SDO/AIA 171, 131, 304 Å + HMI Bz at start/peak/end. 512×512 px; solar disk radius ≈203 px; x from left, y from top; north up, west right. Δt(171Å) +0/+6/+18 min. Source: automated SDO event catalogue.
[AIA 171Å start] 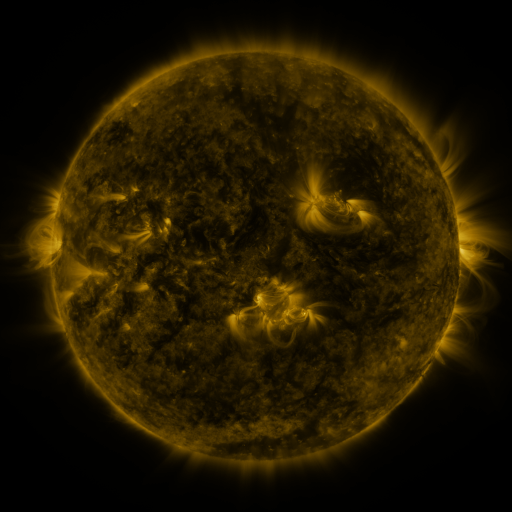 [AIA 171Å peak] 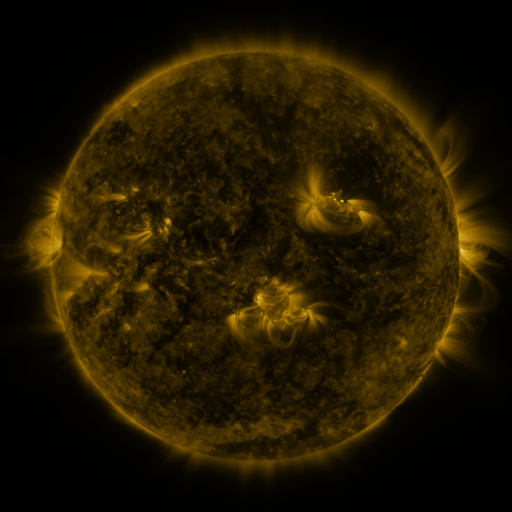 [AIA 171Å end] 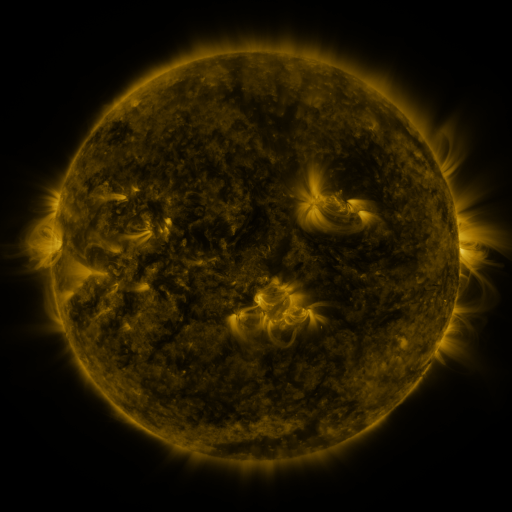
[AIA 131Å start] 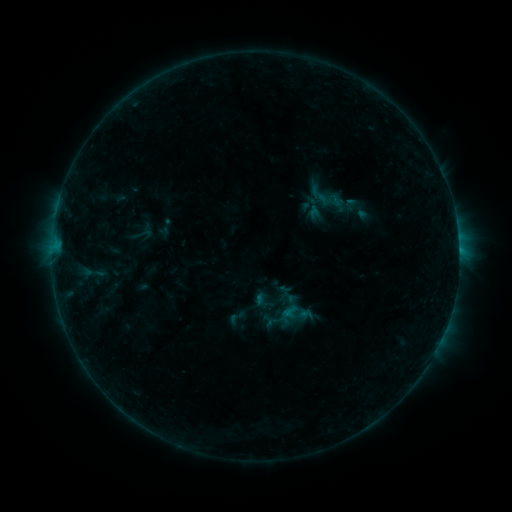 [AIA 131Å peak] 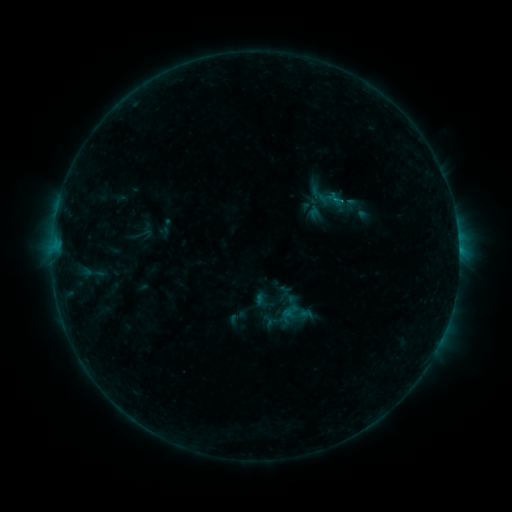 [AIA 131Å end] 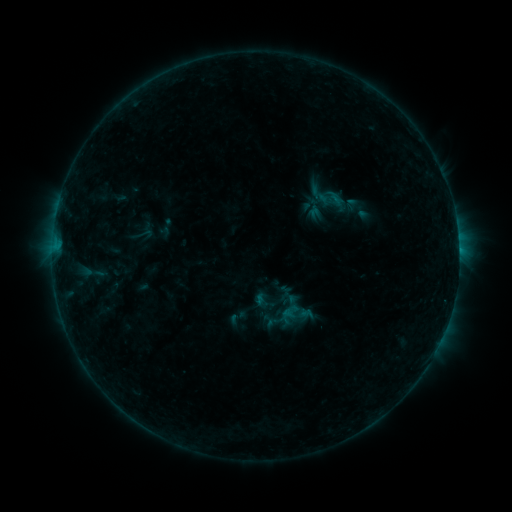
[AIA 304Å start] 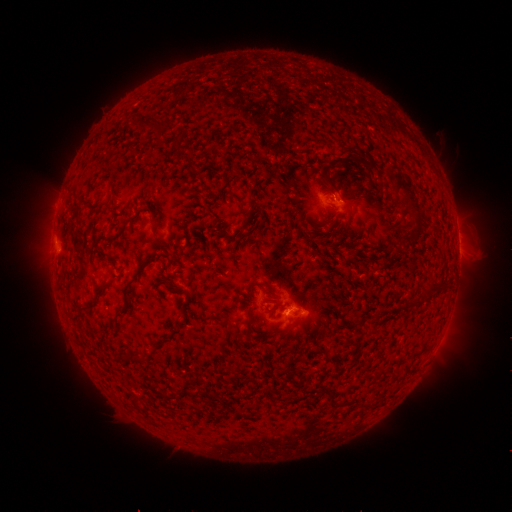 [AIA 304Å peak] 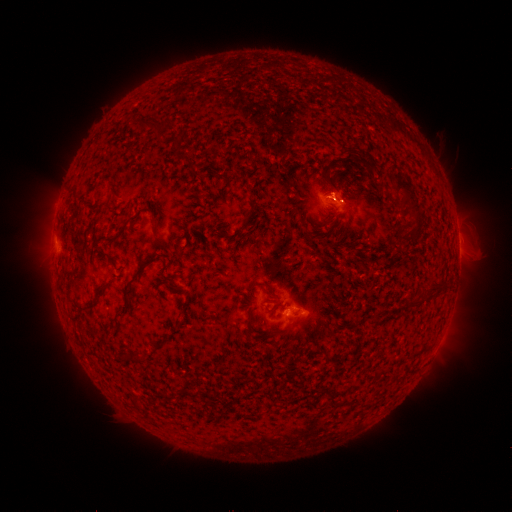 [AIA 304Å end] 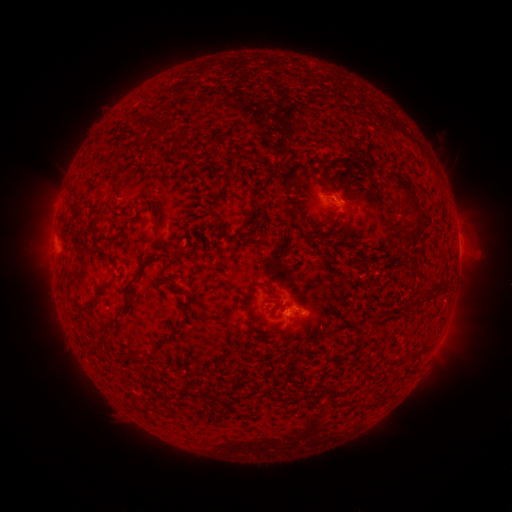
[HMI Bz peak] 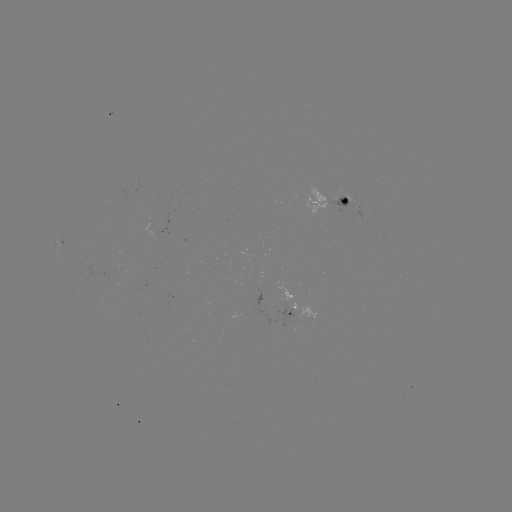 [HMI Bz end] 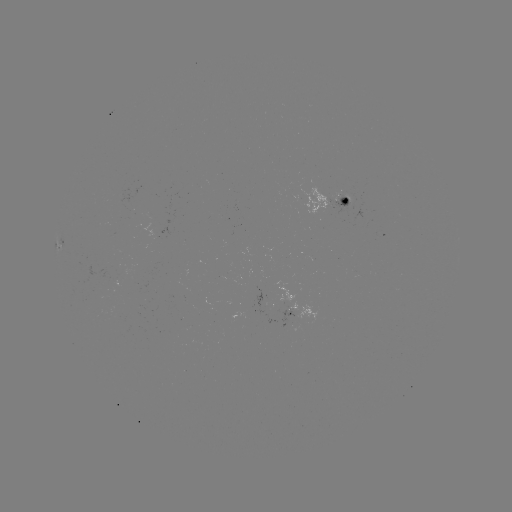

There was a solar flare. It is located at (334, 201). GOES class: B4.3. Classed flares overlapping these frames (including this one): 1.